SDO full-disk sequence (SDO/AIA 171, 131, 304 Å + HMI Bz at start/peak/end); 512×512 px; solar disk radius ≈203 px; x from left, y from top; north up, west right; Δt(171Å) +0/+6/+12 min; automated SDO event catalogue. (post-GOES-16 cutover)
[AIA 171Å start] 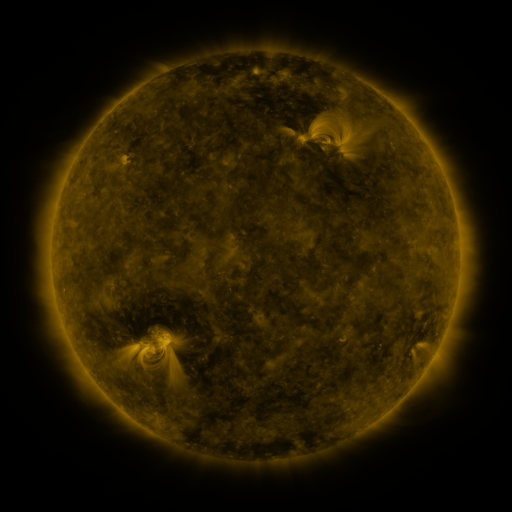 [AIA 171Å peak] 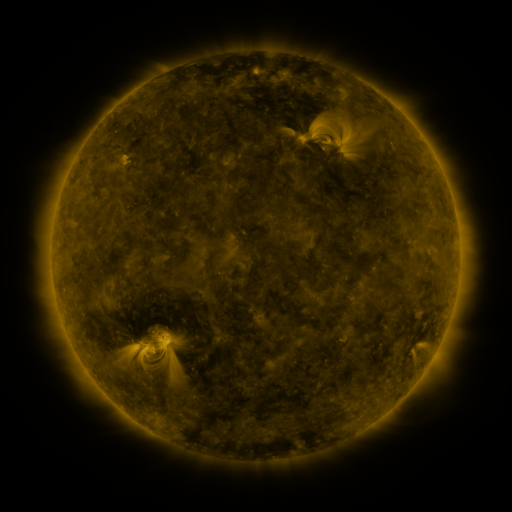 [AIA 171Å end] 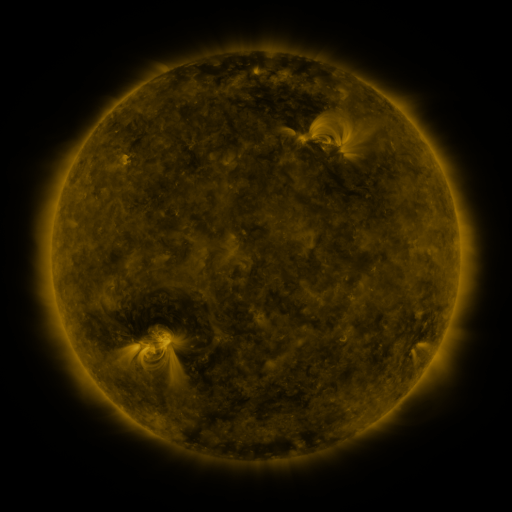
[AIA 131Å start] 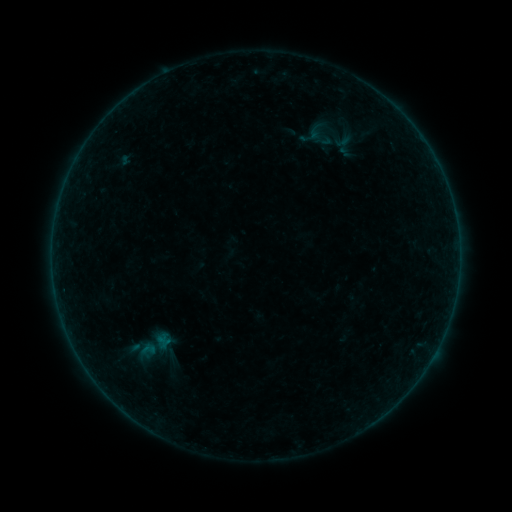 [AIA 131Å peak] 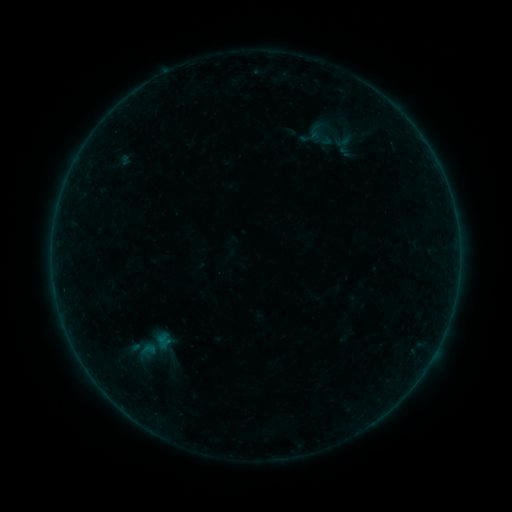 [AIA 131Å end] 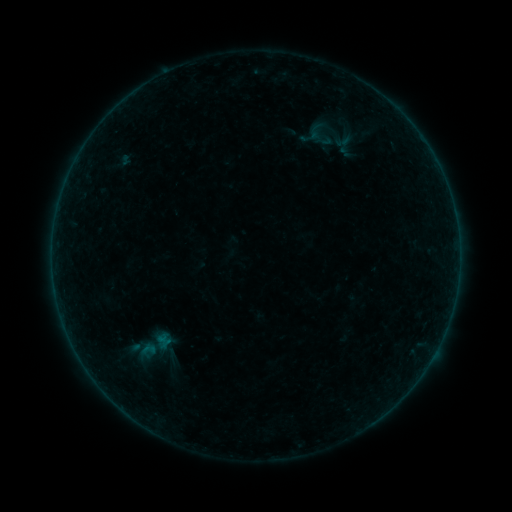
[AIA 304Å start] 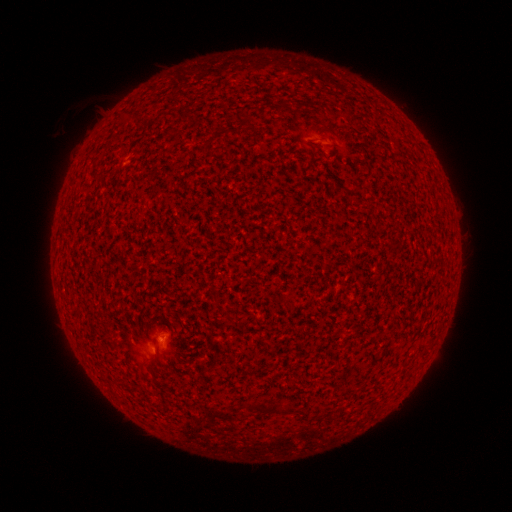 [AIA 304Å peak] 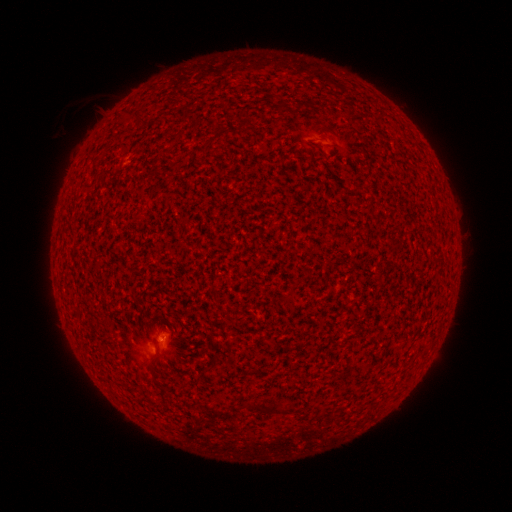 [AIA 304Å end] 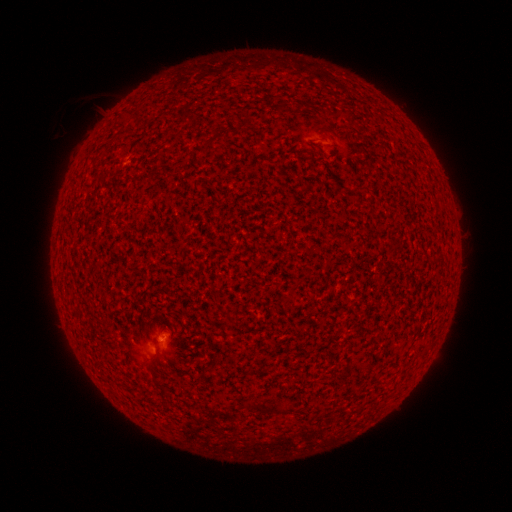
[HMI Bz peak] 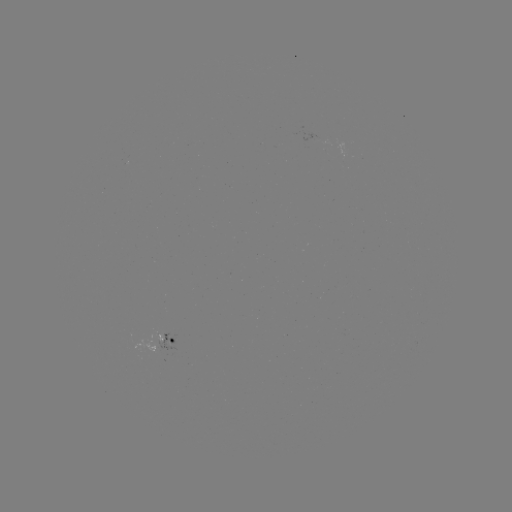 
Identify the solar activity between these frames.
A6.6 flare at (162, 336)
